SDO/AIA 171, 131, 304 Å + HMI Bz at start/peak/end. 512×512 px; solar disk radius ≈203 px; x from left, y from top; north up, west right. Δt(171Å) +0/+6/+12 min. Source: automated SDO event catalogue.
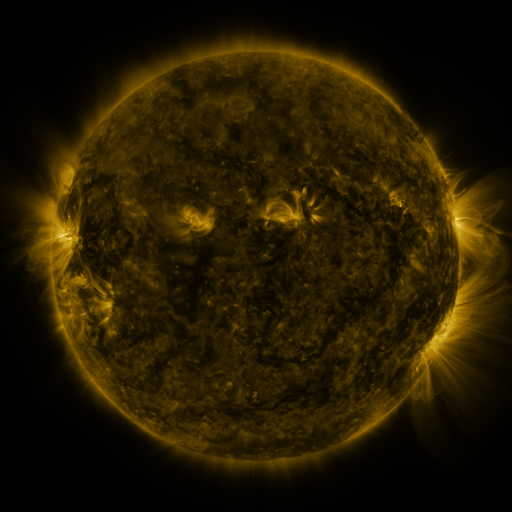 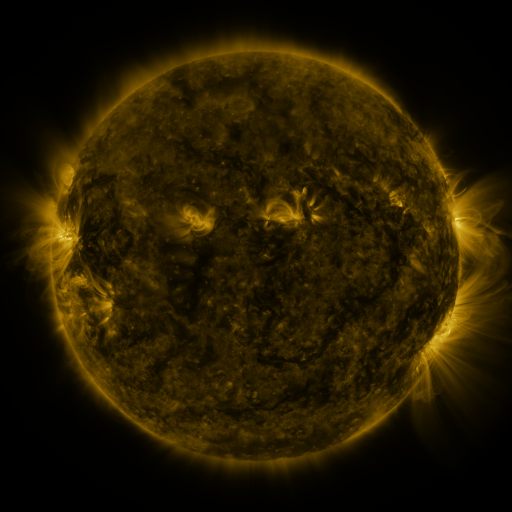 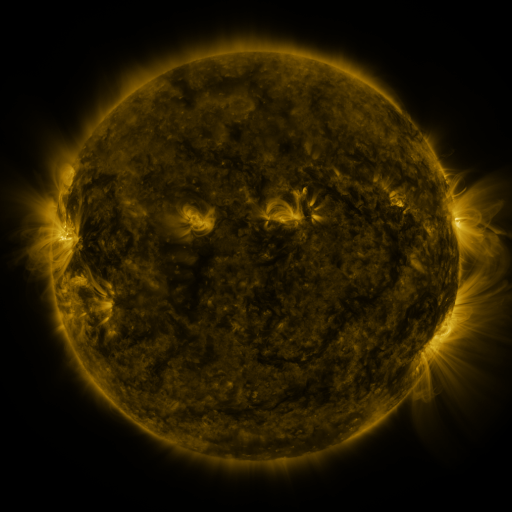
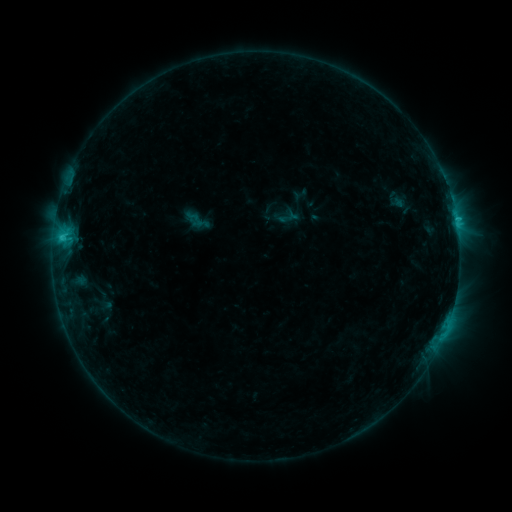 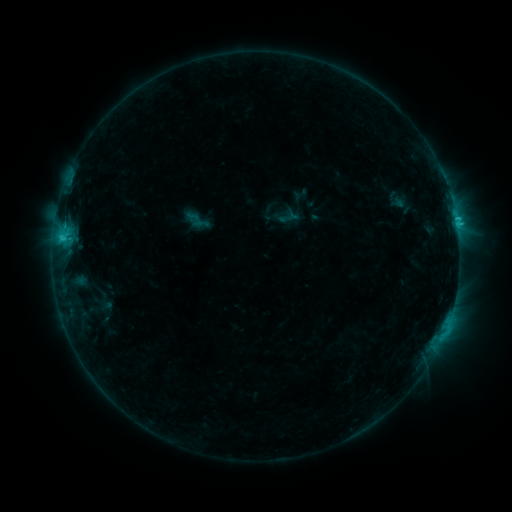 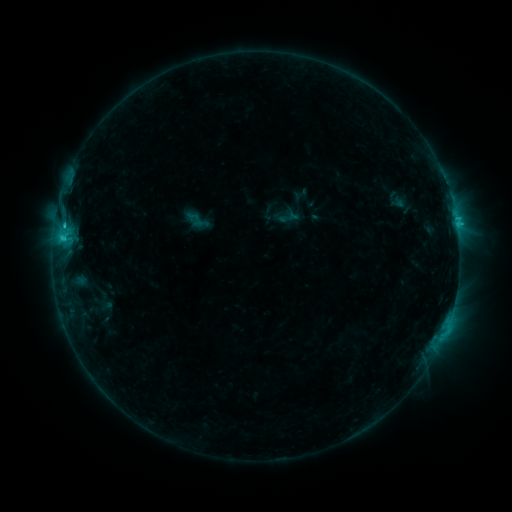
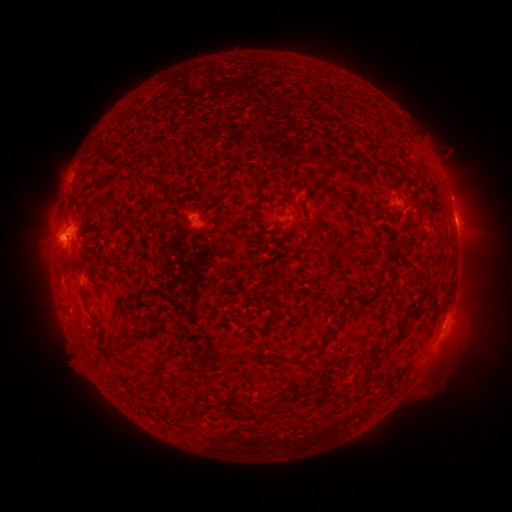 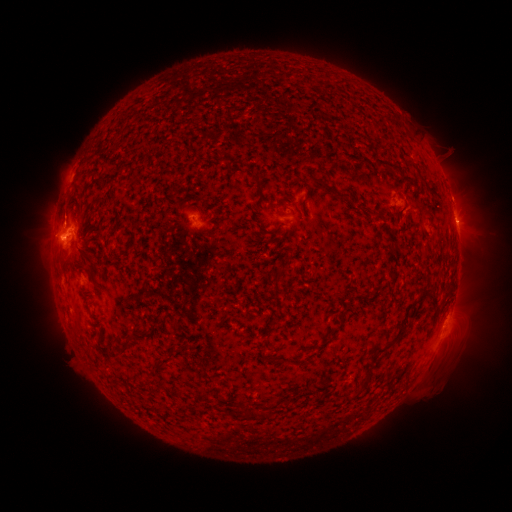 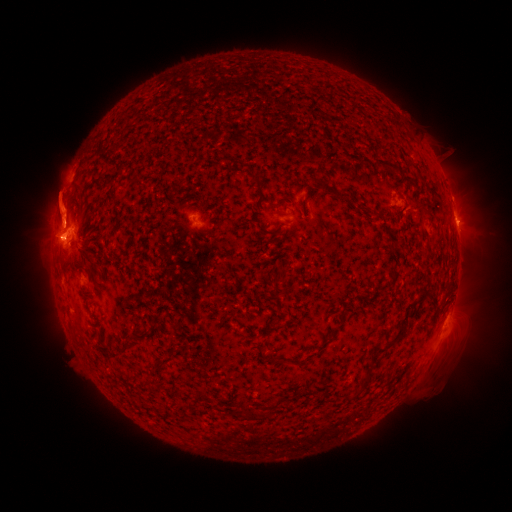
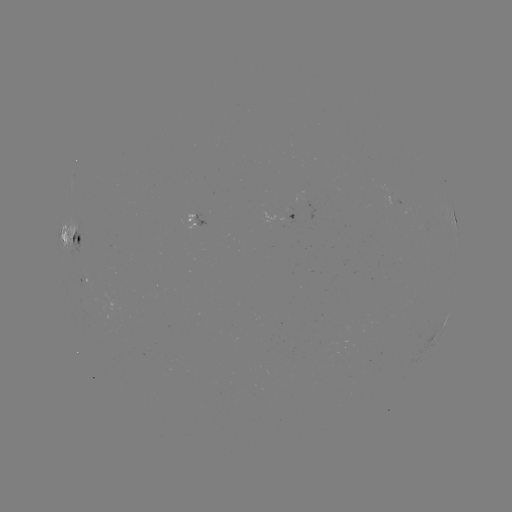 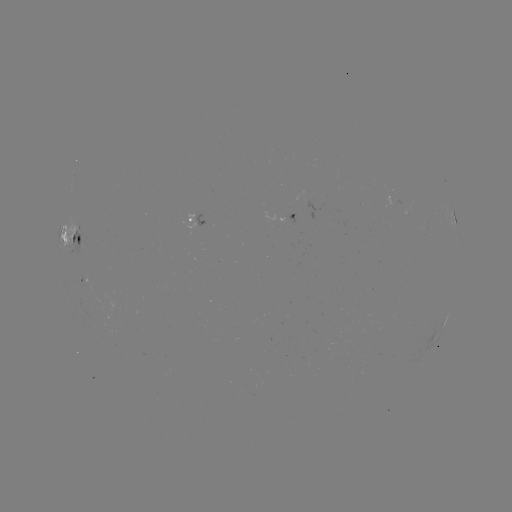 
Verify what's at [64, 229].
C2.5 flare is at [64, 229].